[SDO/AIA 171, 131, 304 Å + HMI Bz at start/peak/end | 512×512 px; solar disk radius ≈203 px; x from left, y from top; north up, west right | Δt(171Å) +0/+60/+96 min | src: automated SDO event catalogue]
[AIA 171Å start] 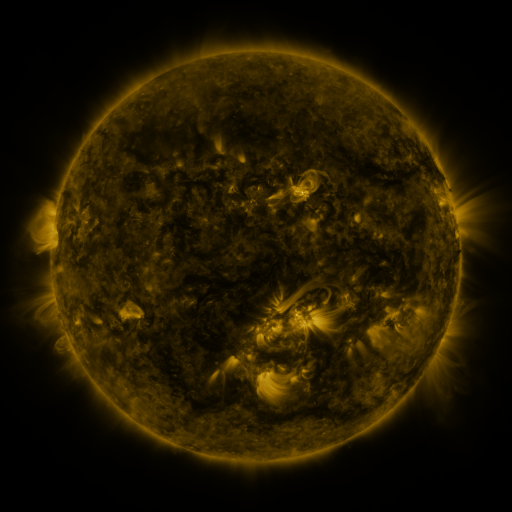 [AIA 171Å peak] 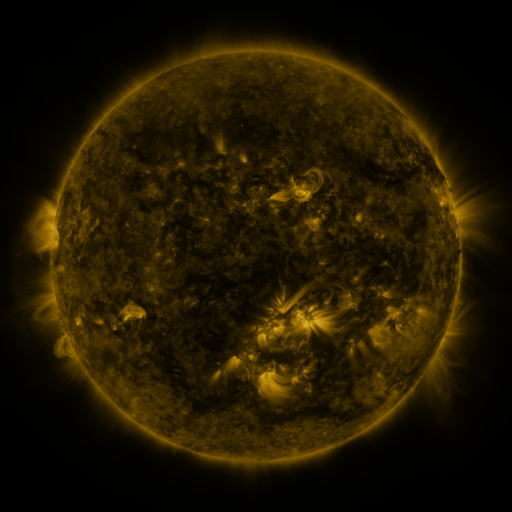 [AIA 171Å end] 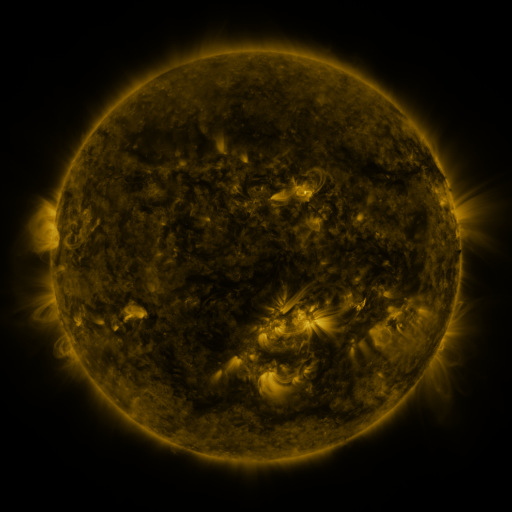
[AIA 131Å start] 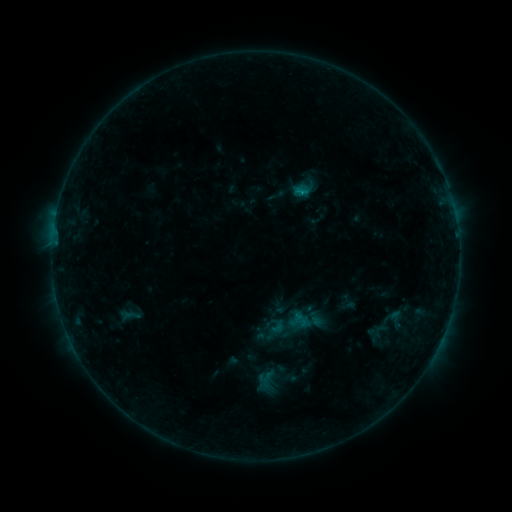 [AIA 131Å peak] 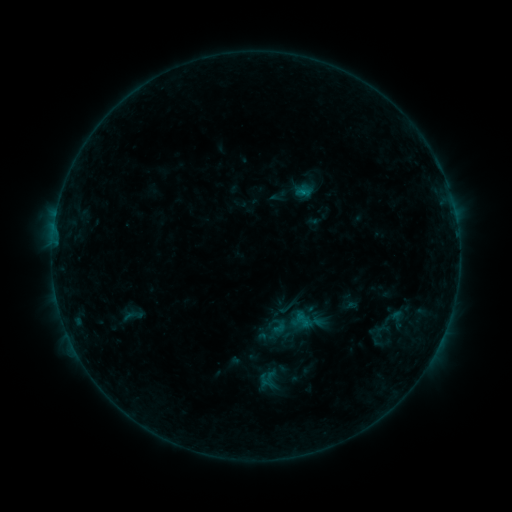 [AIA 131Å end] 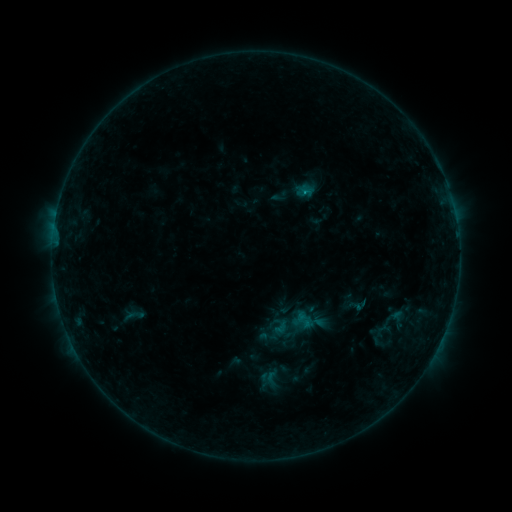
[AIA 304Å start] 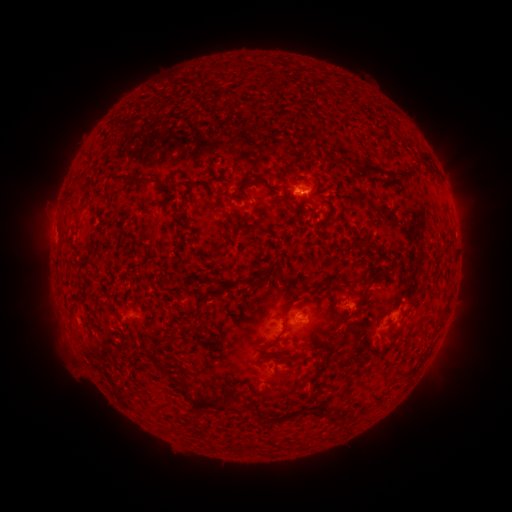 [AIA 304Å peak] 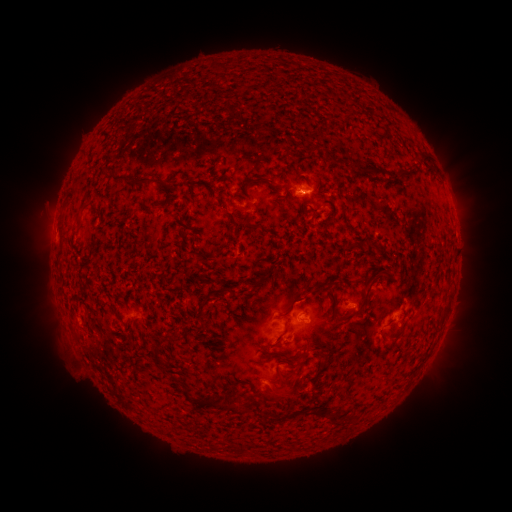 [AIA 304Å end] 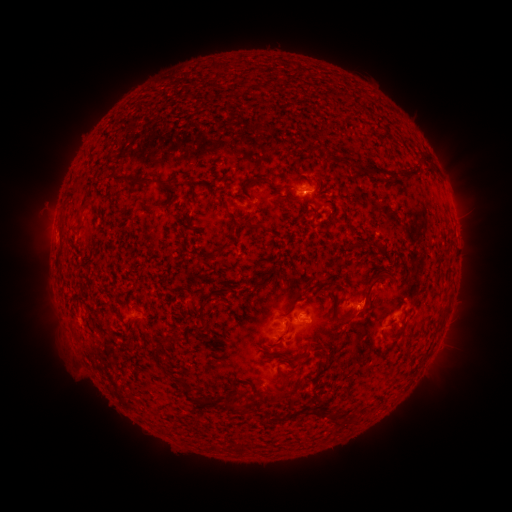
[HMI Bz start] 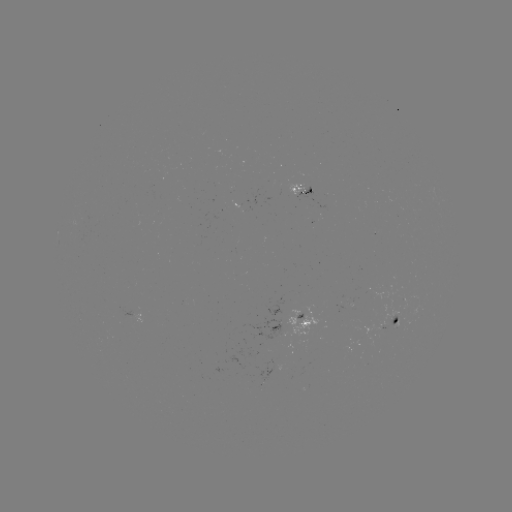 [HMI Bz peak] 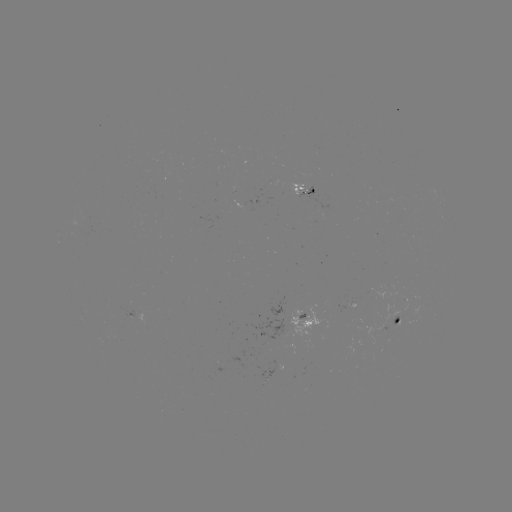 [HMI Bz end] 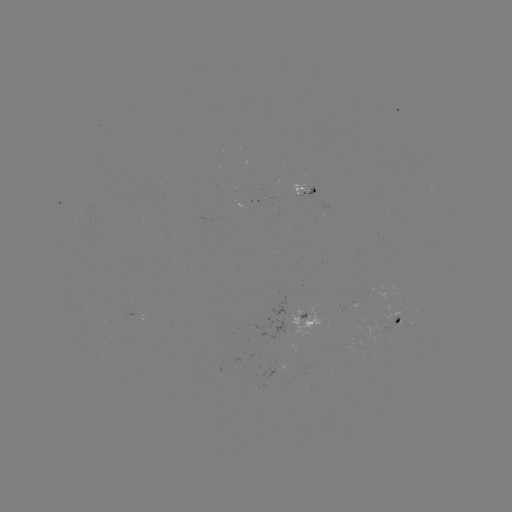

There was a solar emerging-flux region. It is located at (399, 320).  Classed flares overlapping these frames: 1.